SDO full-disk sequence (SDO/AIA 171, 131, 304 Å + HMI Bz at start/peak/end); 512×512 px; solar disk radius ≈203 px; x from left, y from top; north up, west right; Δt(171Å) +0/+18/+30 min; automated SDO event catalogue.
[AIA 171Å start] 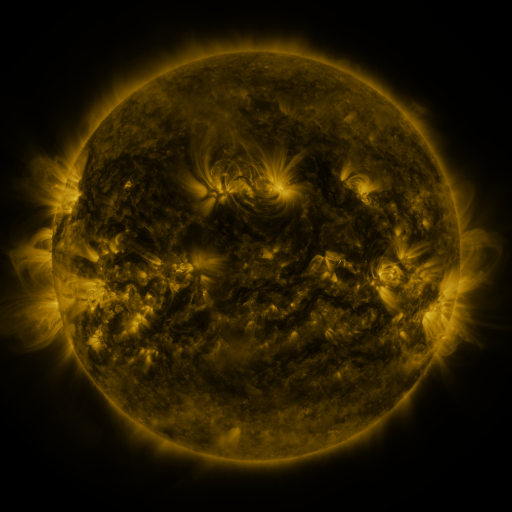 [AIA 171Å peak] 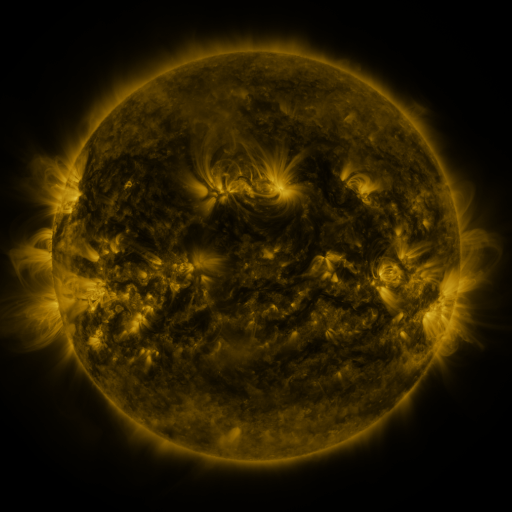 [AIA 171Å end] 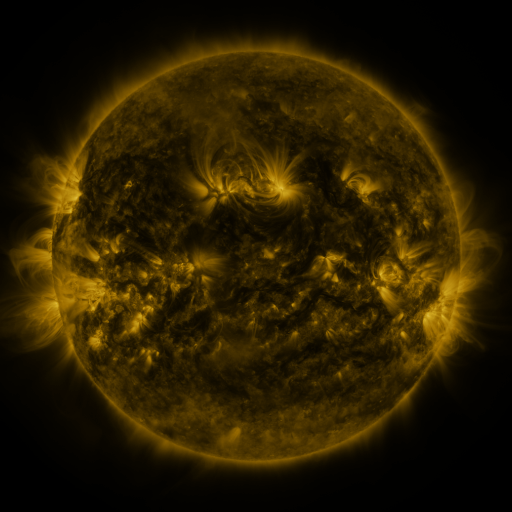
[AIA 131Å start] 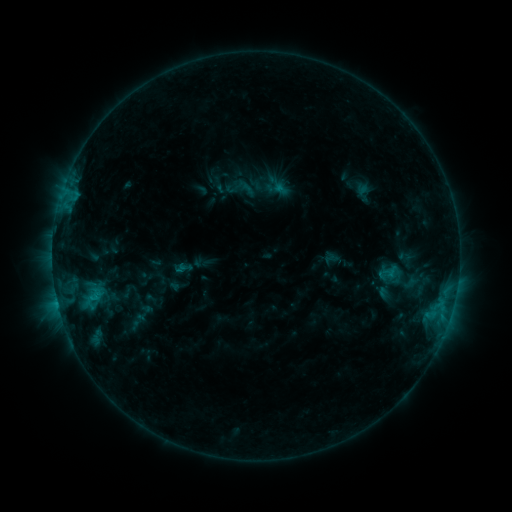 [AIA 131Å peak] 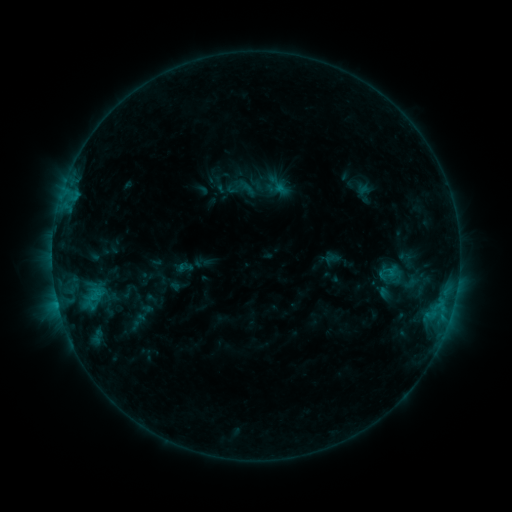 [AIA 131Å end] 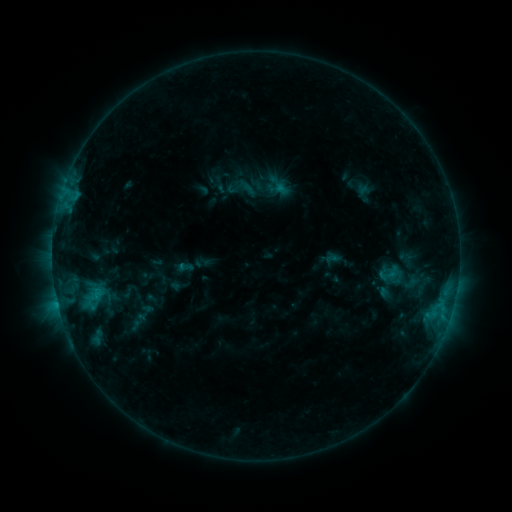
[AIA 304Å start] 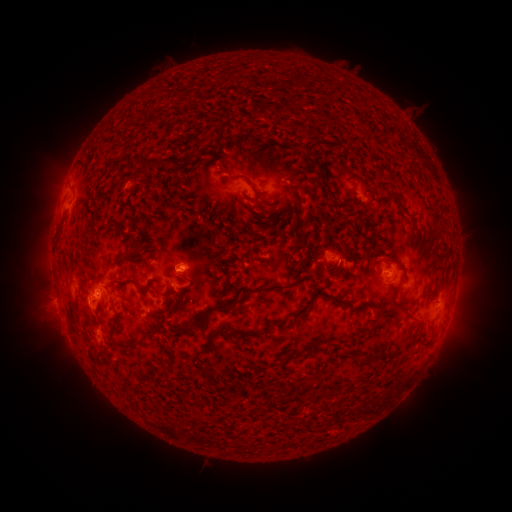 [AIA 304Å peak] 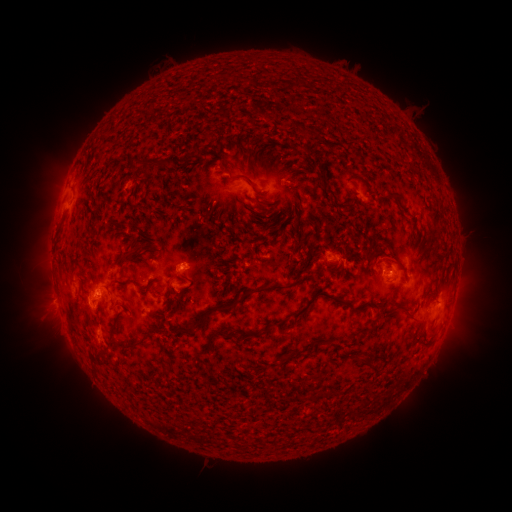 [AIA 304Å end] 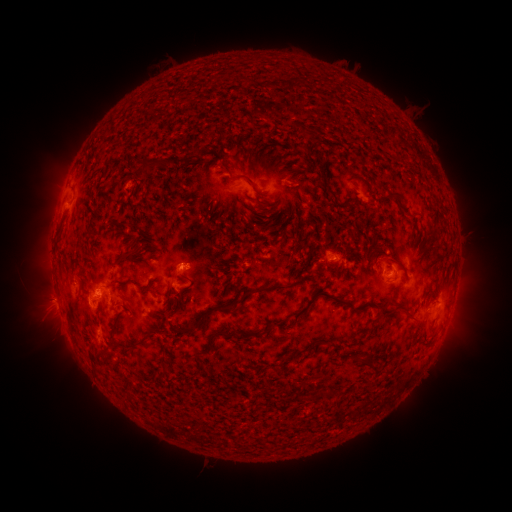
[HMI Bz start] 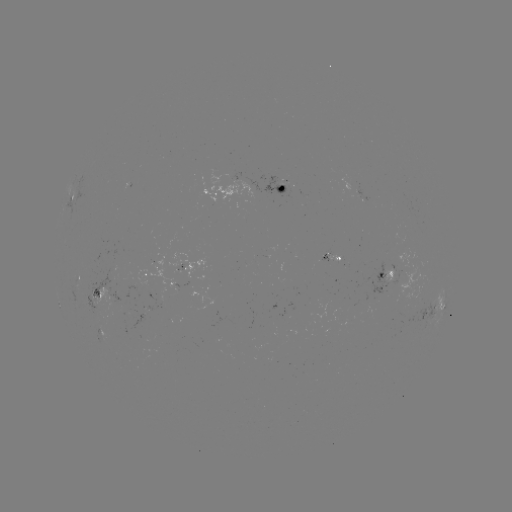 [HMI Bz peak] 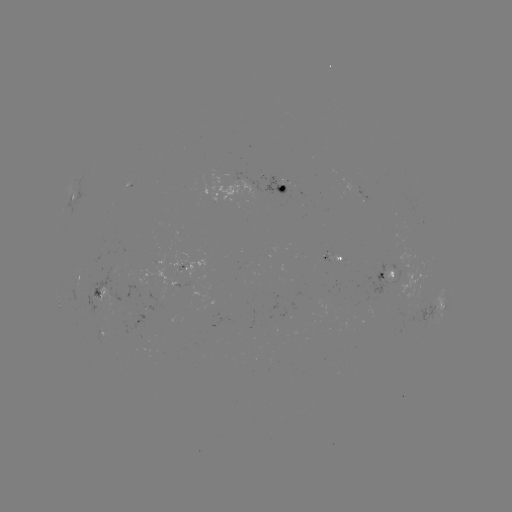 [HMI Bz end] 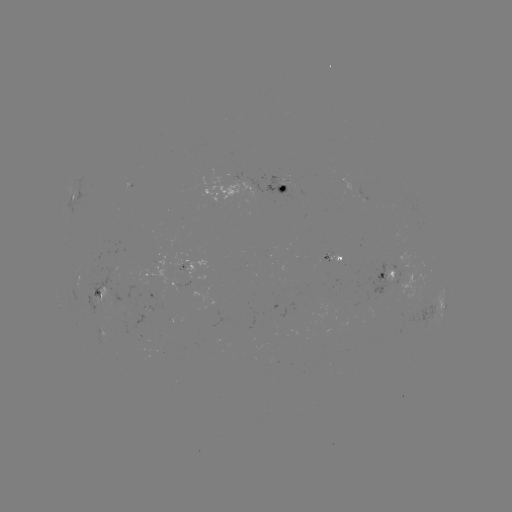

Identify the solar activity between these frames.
no flare in any classed list; no EUV-trigger detection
